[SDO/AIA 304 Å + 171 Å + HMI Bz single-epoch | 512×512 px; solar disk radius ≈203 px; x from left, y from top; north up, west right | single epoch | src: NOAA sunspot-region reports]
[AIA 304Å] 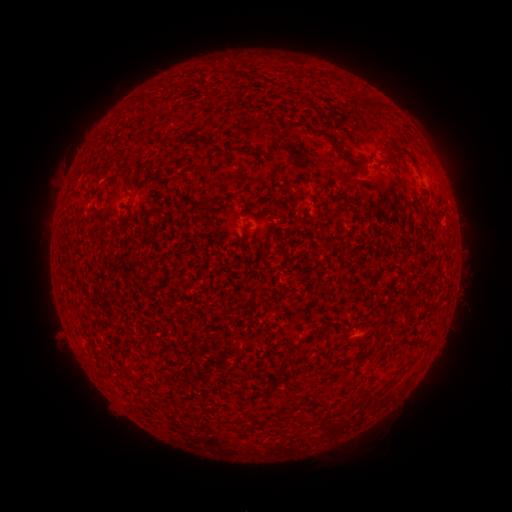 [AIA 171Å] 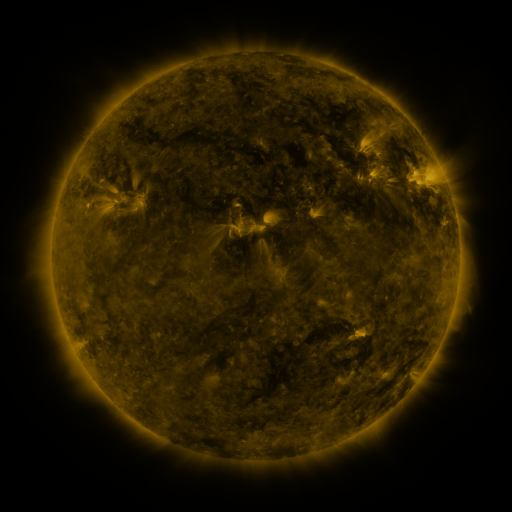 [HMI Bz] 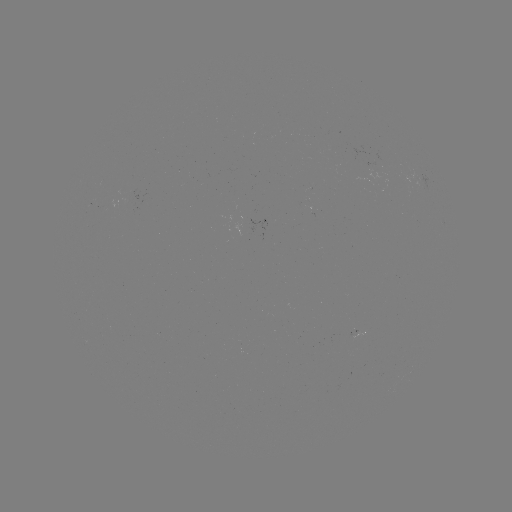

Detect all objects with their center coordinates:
(none)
